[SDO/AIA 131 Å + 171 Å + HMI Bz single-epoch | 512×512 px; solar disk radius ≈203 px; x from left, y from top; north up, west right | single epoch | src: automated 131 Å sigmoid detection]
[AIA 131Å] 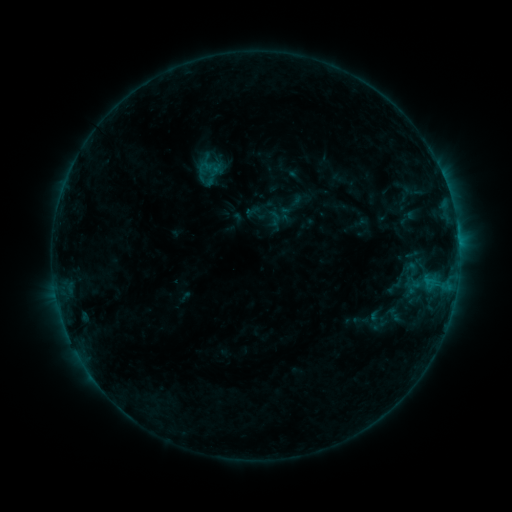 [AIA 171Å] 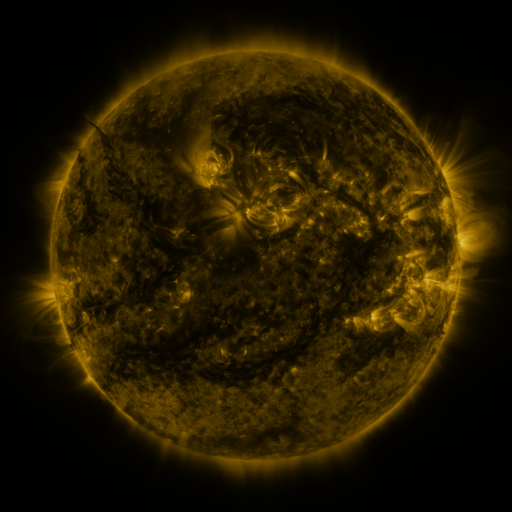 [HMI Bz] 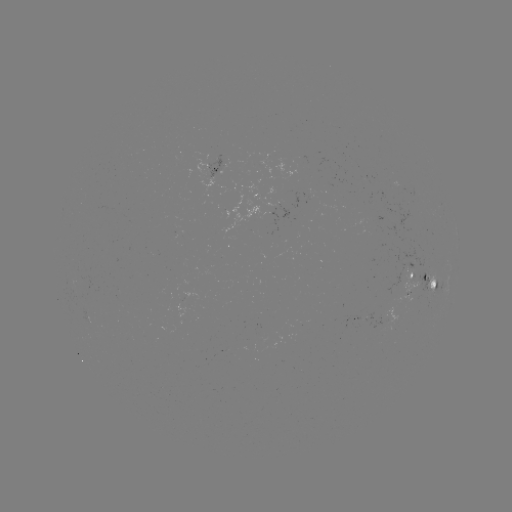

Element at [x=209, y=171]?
sigmoid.